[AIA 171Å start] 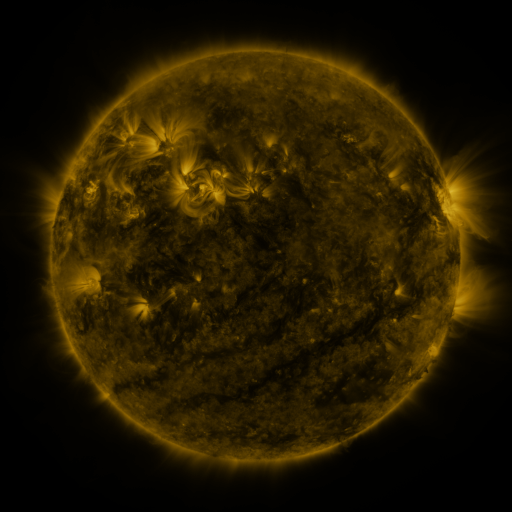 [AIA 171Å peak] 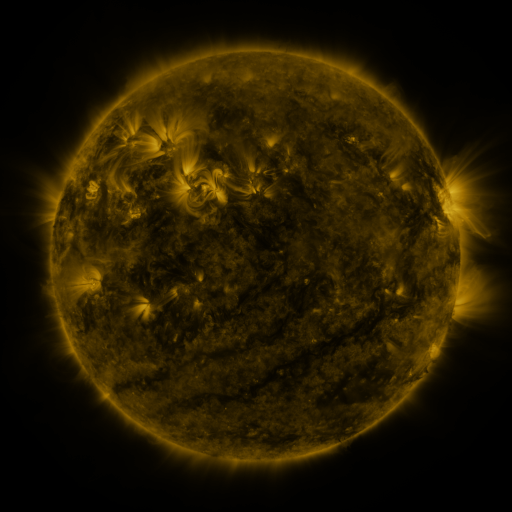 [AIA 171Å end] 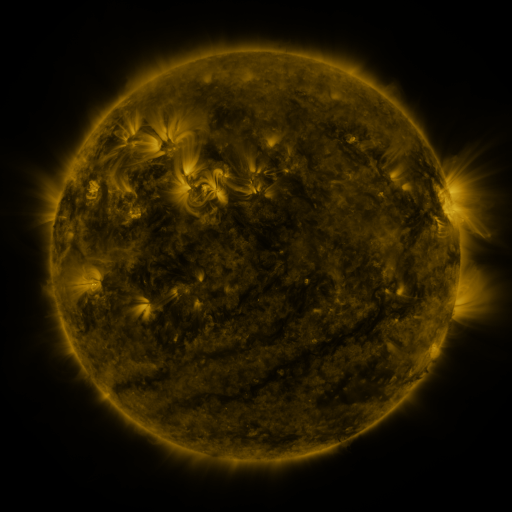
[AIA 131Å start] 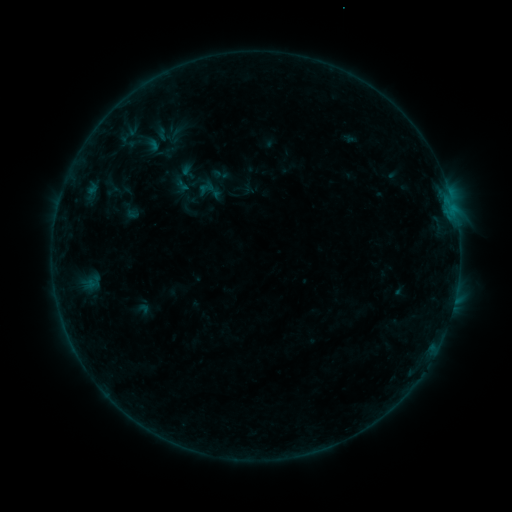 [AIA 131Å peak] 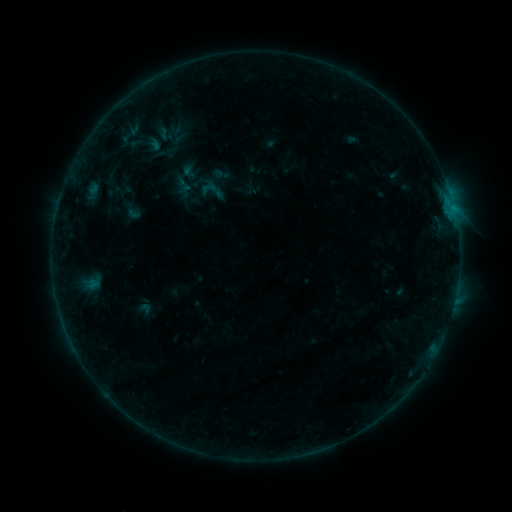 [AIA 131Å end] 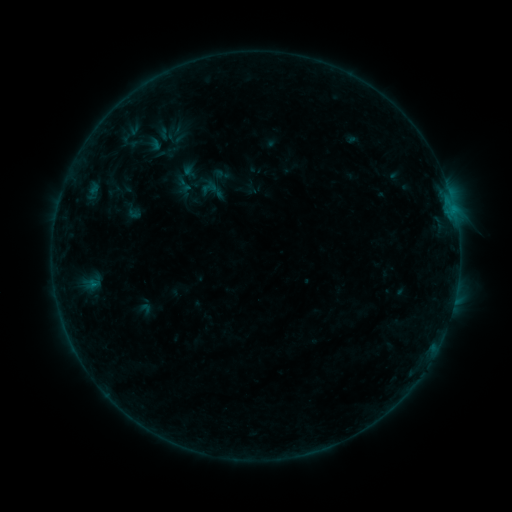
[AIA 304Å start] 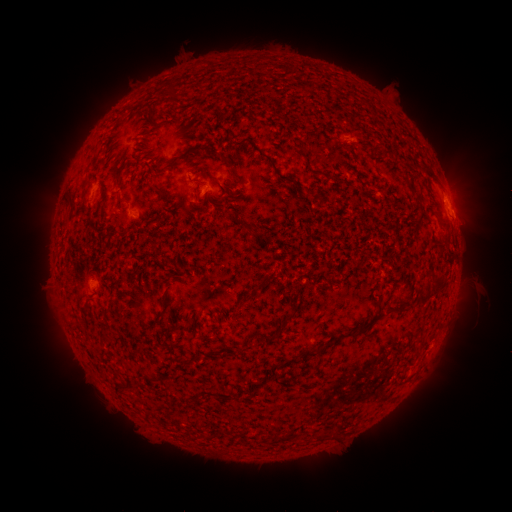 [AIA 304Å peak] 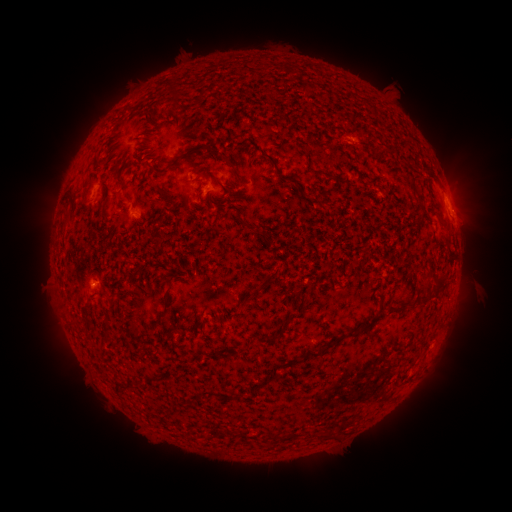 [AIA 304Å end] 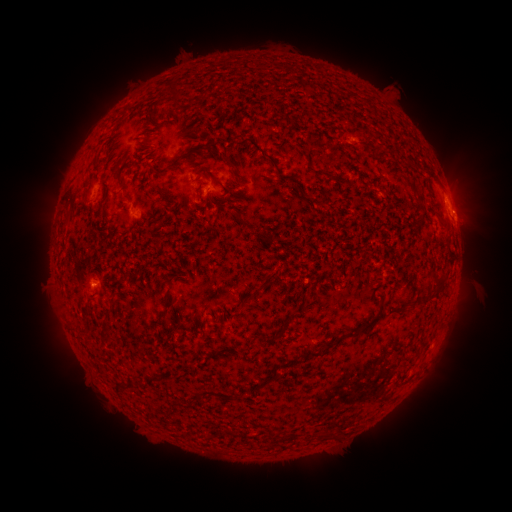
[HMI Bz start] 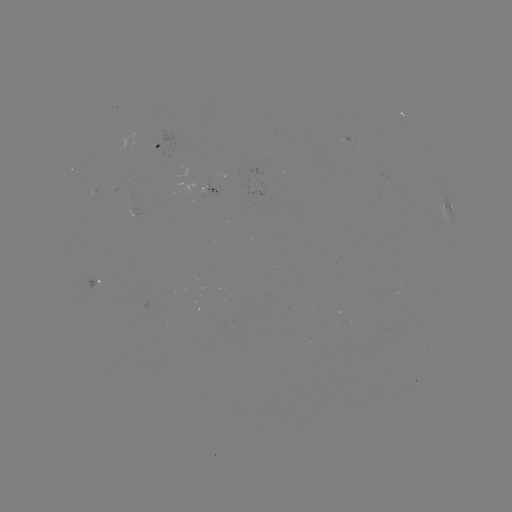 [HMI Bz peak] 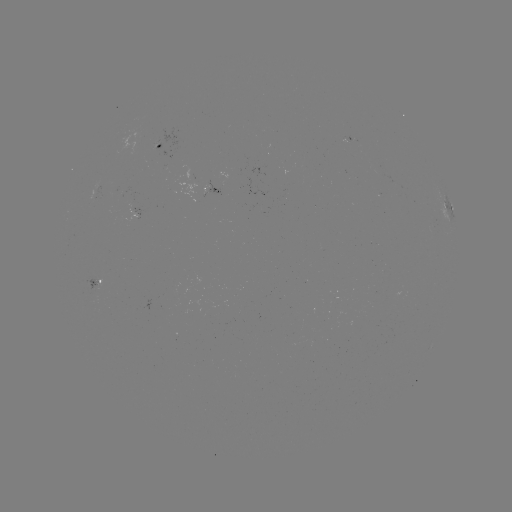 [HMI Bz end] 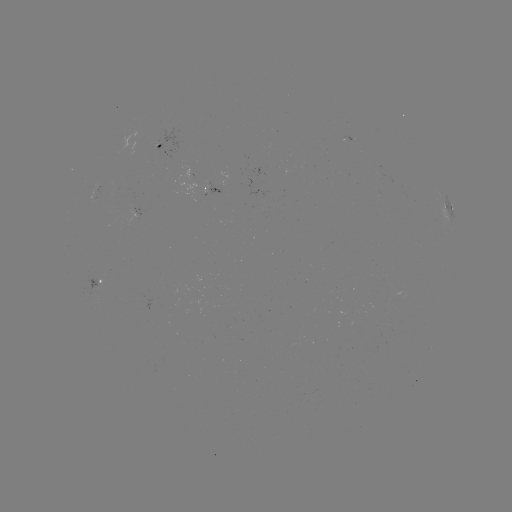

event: emerging-flux region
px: (351, 140)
